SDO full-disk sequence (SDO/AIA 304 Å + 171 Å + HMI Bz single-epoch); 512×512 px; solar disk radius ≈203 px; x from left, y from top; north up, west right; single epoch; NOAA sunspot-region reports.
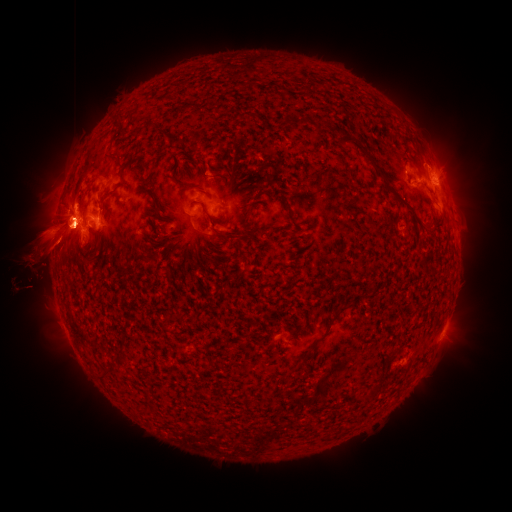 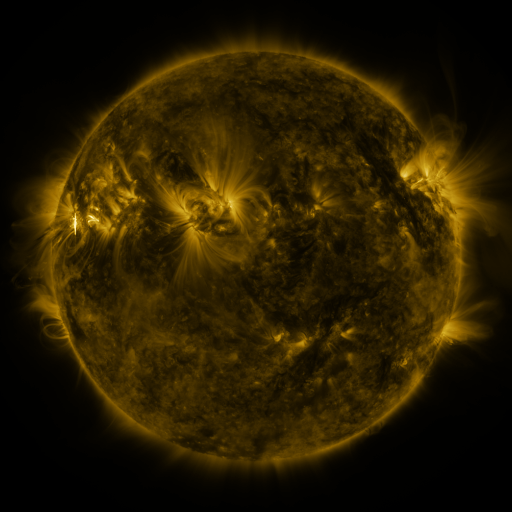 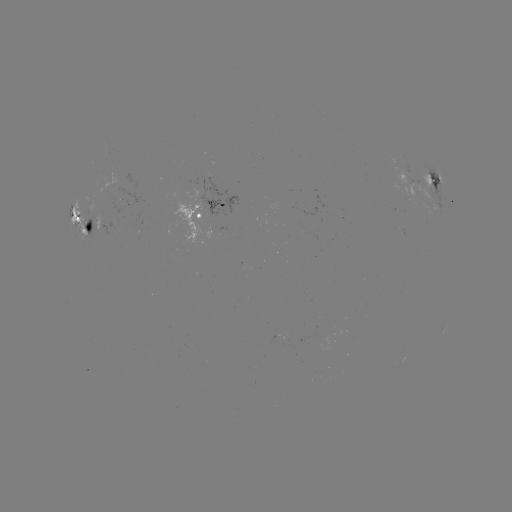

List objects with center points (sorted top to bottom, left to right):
spotted active region: (407, 179)
spotted active region: (434, 180)
spotted active region: (212, 209)
spotted active region: (85, 222)
spotted active region: (444, 328)
